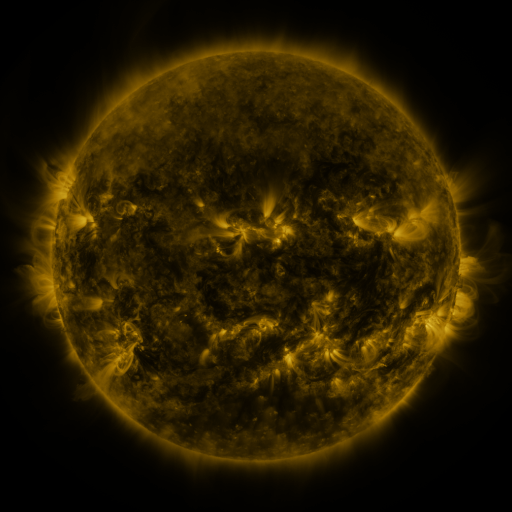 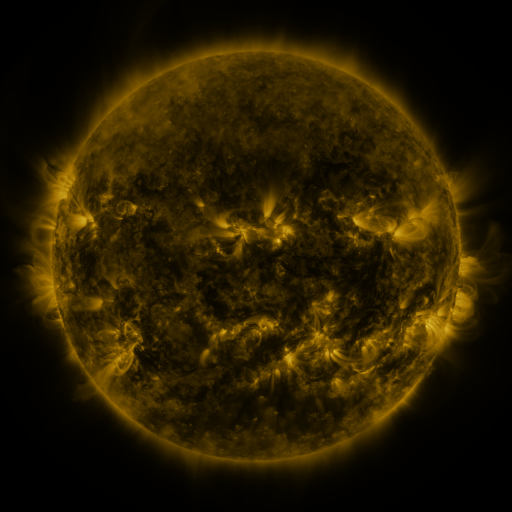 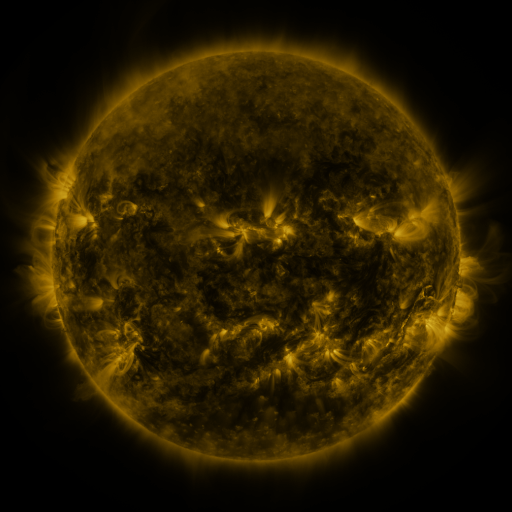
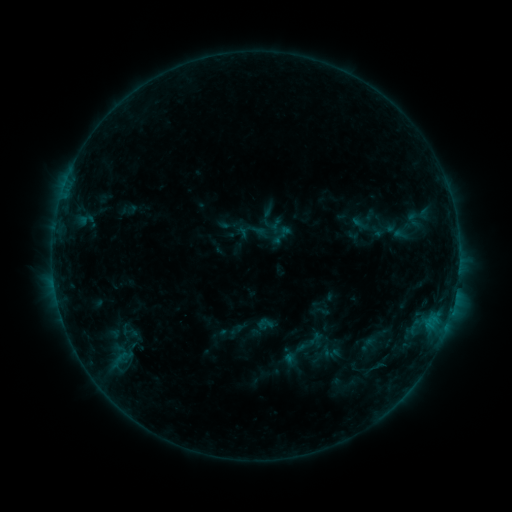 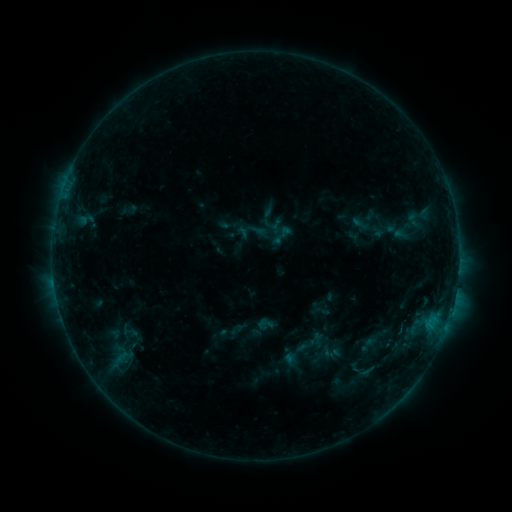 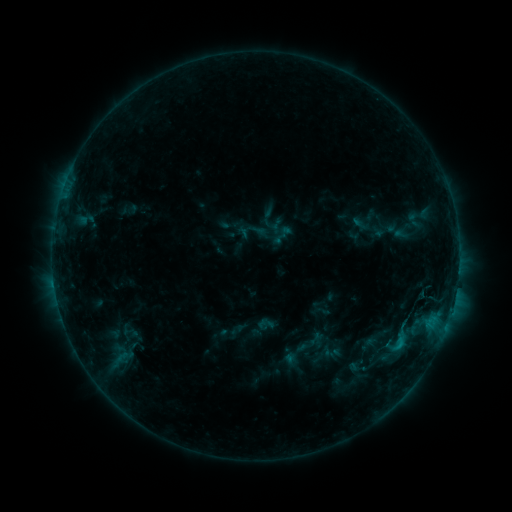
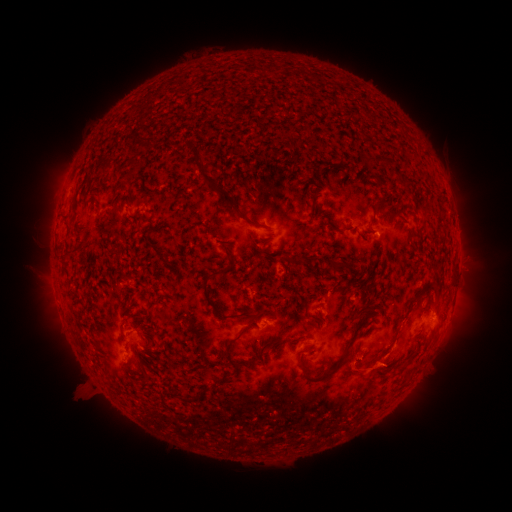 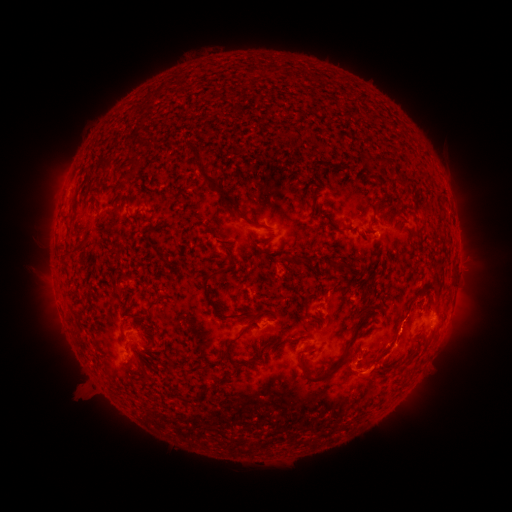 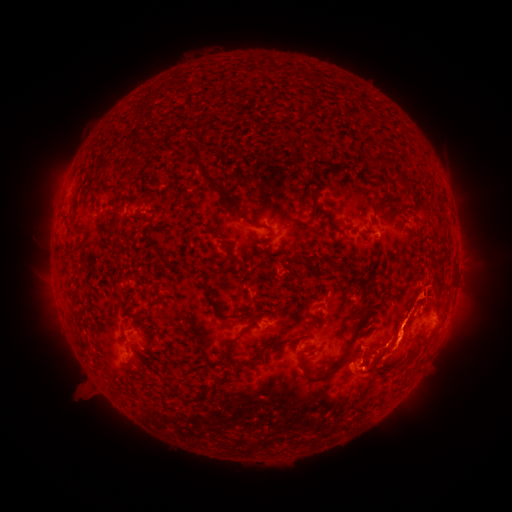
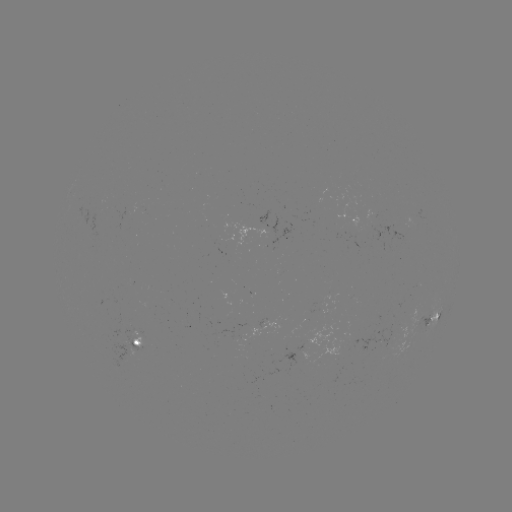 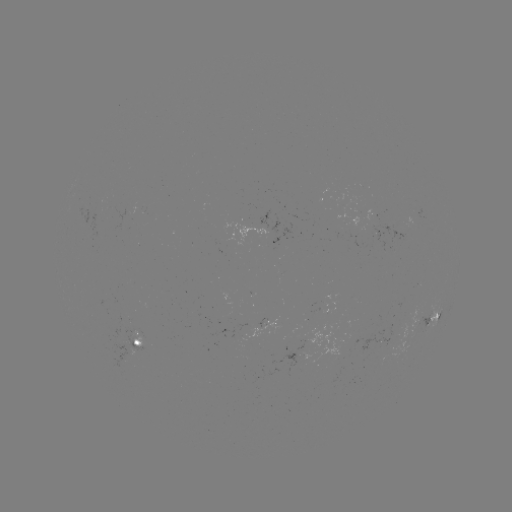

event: eruption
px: (414, 304)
